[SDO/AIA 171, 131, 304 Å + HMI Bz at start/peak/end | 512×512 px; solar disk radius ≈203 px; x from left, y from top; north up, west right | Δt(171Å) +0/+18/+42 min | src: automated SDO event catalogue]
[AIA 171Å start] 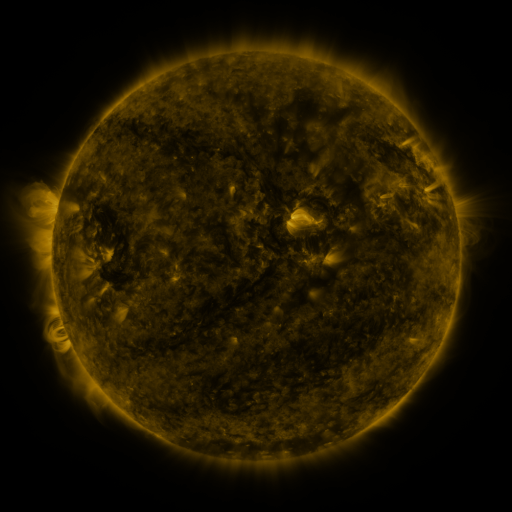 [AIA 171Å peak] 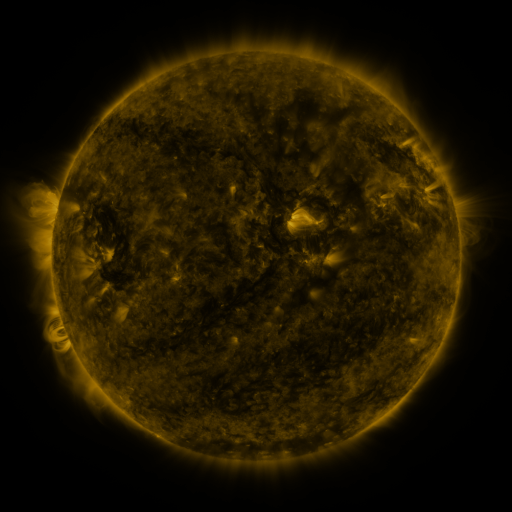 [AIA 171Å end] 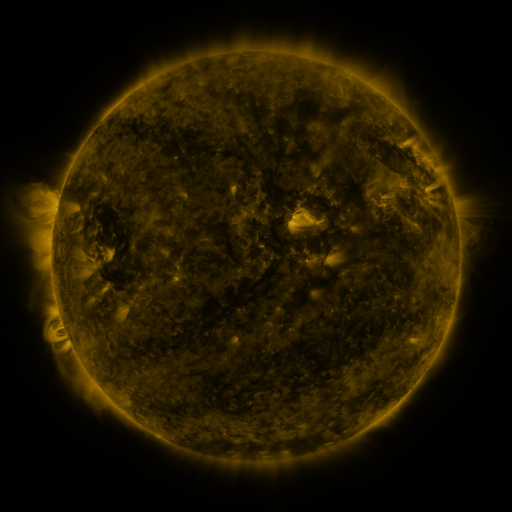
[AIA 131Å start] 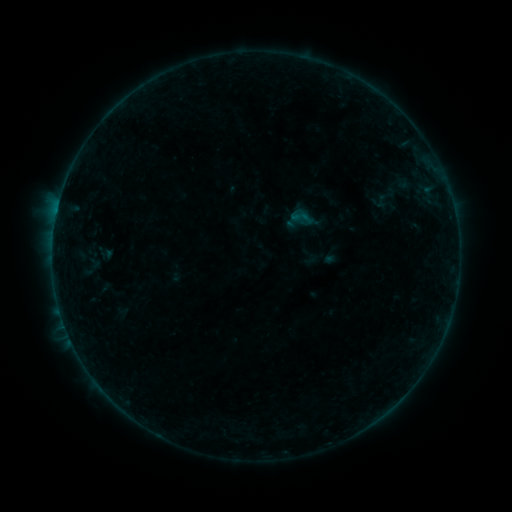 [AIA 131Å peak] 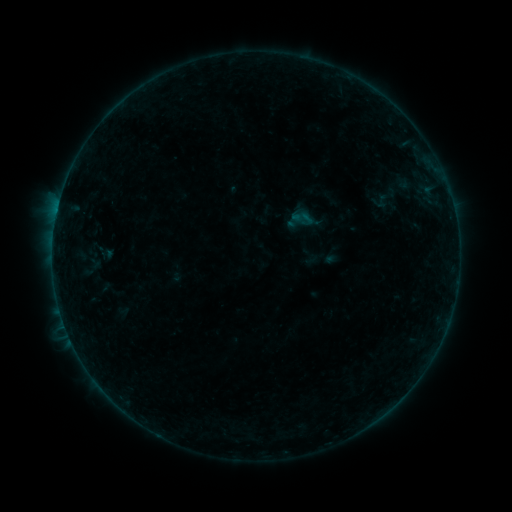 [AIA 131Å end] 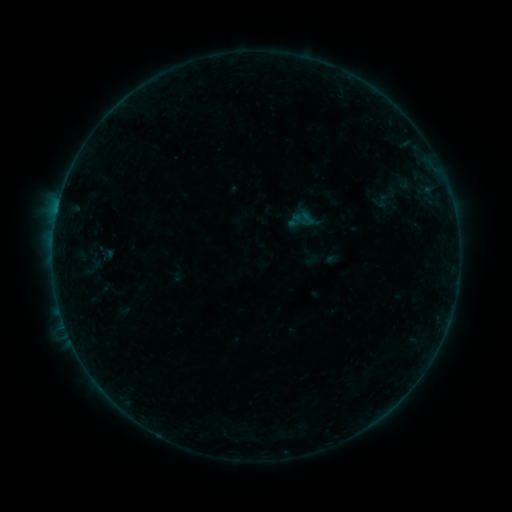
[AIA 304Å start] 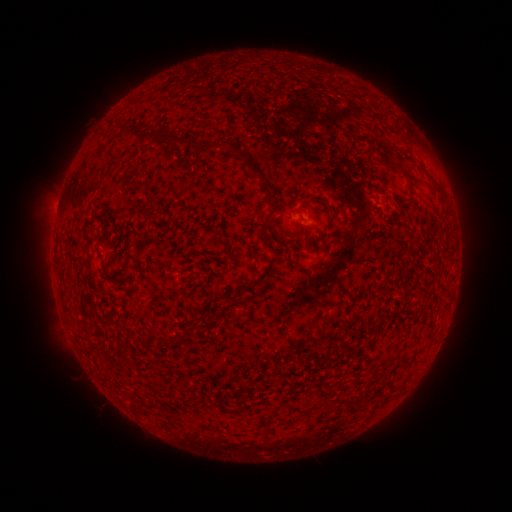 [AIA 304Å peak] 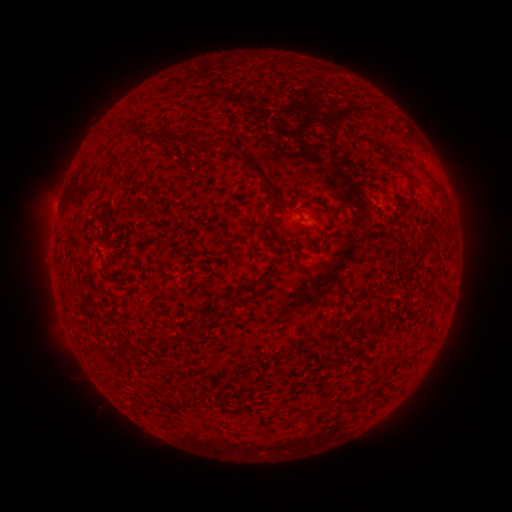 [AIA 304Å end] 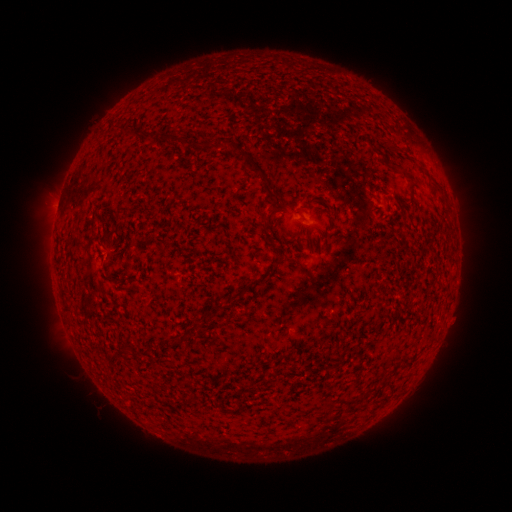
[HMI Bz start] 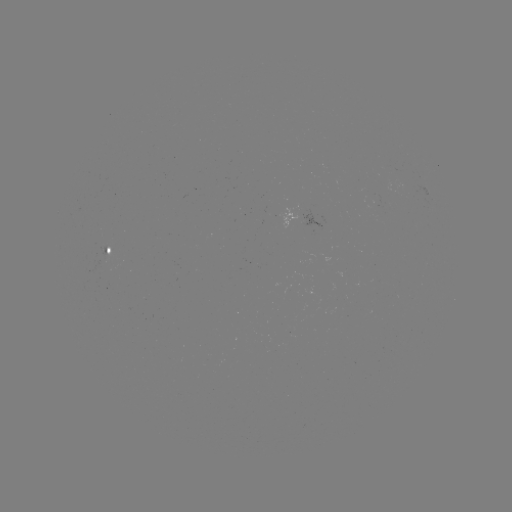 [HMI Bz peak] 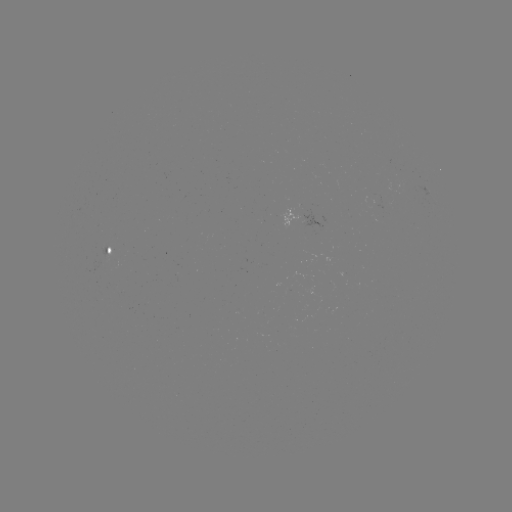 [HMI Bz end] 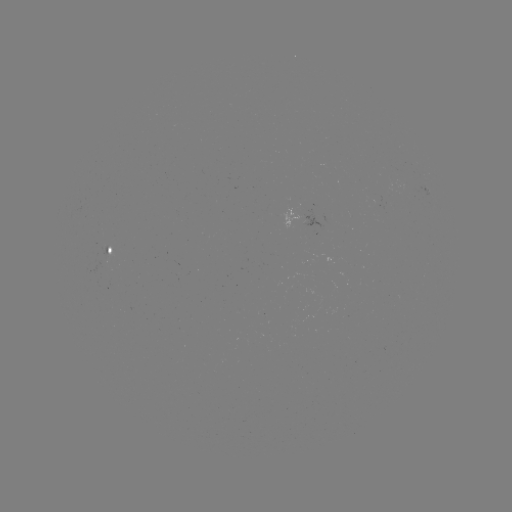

no catalogued flare and no flagged EUV brightening in this window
